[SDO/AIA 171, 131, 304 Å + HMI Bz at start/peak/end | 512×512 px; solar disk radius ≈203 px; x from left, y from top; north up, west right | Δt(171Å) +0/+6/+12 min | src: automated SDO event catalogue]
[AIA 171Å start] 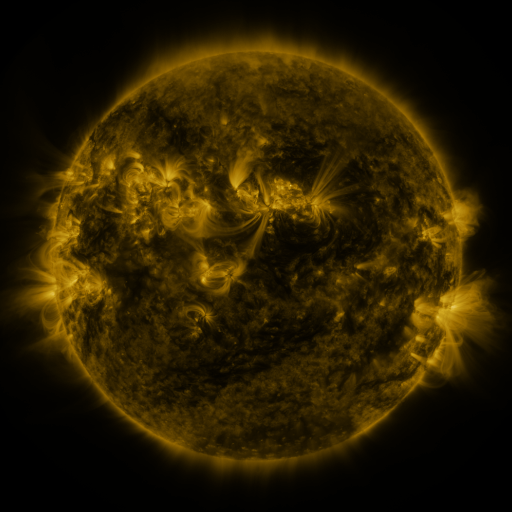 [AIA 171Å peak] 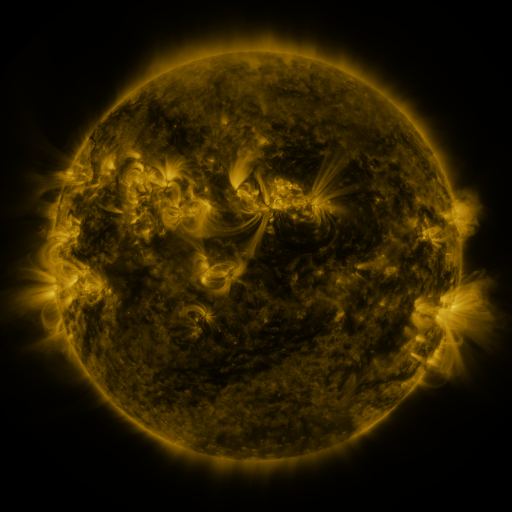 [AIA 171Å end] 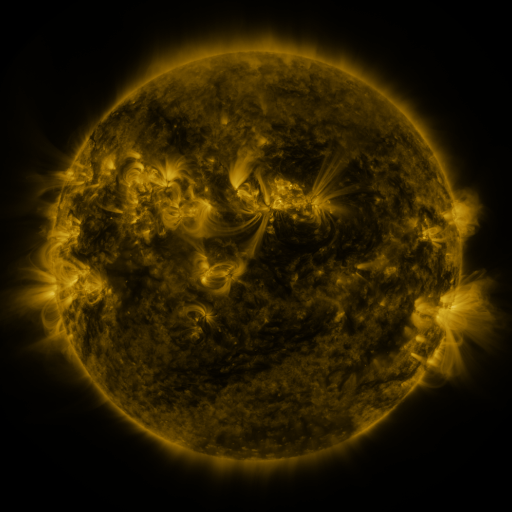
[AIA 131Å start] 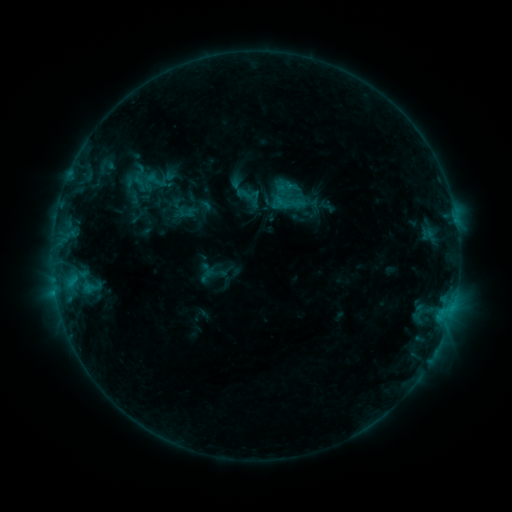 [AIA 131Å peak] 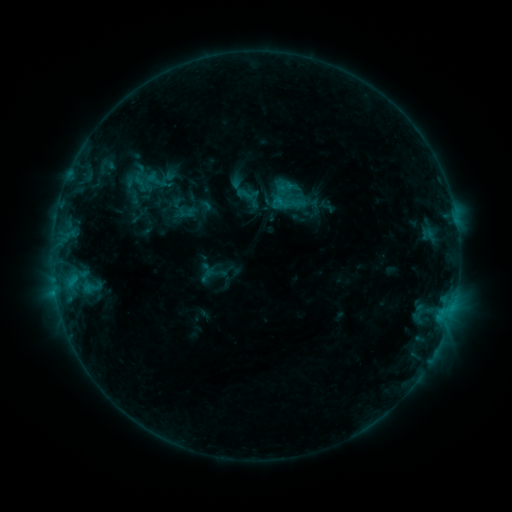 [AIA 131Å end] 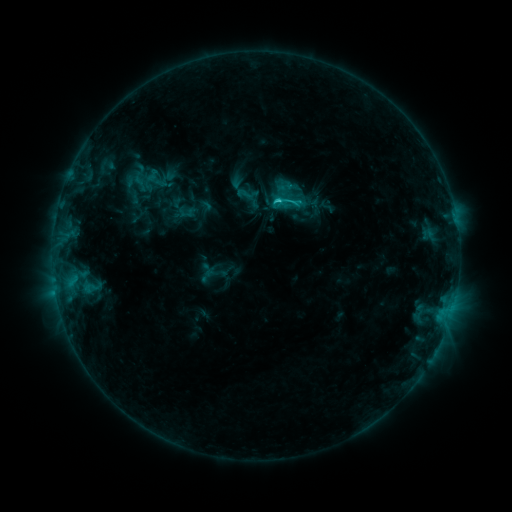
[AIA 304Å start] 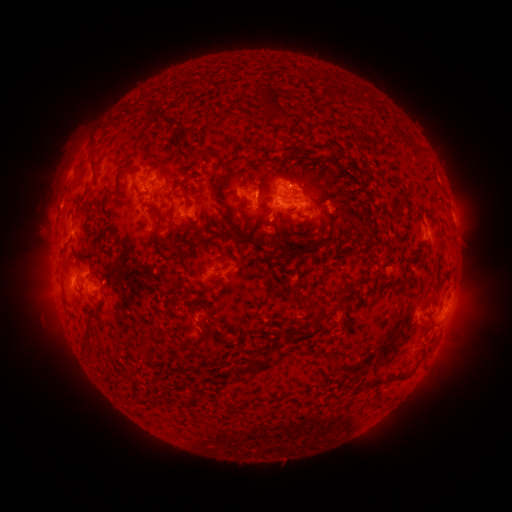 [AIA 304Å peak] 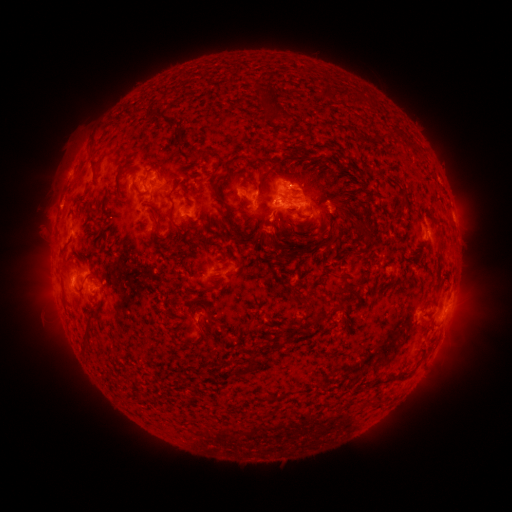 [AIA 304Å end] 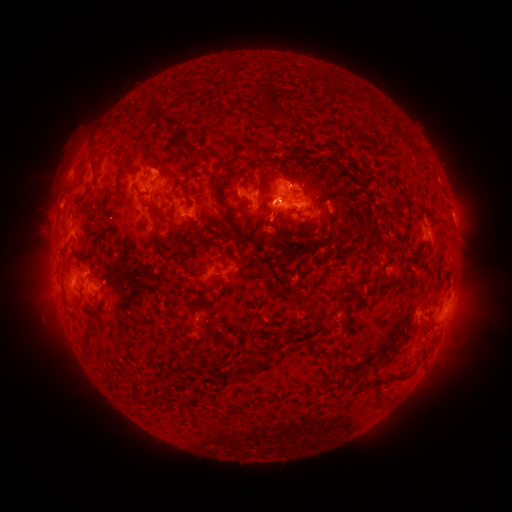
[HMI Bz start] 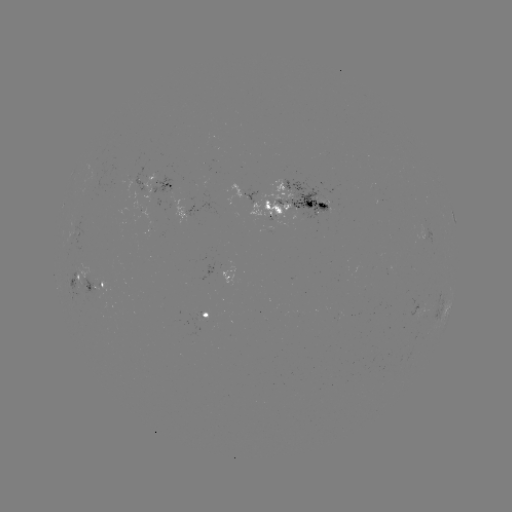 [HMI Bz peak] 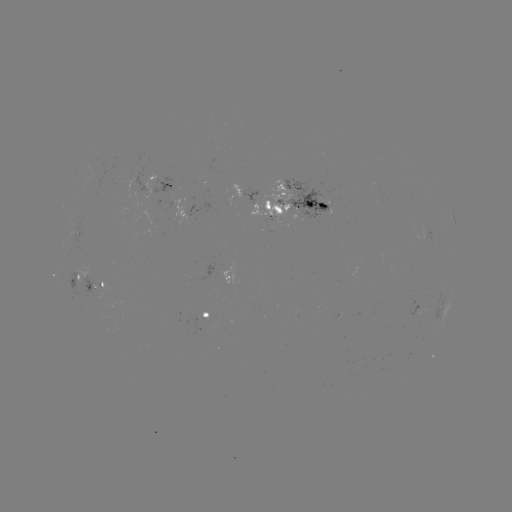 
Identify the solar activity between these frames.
C1.7 flare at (273, 203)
